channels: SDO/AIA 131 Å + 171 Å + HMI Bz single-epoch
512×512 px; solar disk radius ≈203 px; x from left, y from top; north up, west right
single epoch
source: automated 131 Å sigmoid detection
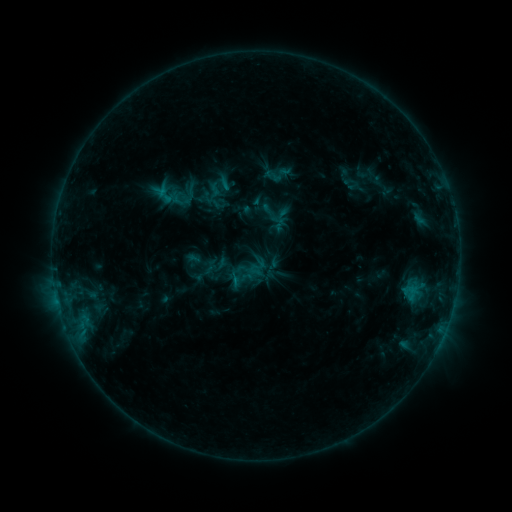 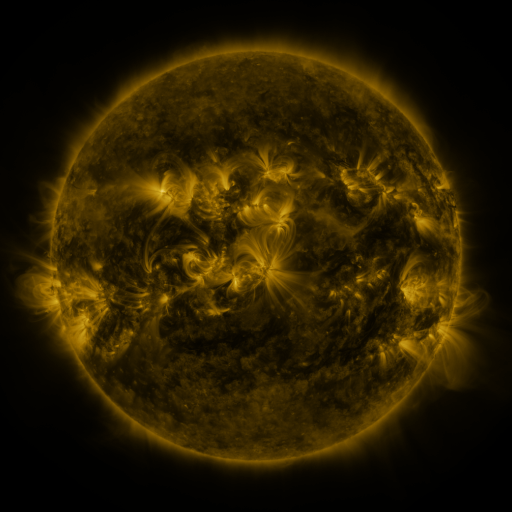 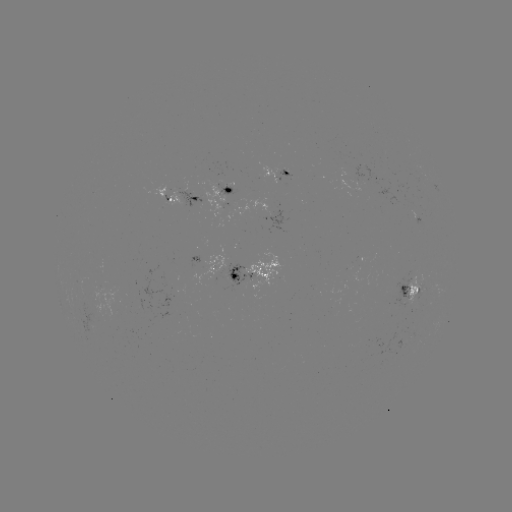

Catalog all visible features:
sigmoid: (271, 213)
